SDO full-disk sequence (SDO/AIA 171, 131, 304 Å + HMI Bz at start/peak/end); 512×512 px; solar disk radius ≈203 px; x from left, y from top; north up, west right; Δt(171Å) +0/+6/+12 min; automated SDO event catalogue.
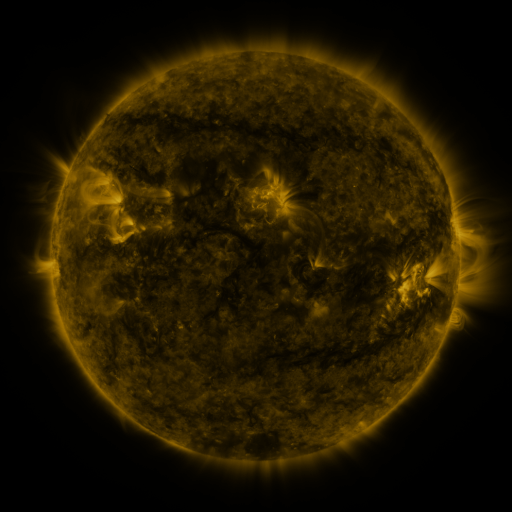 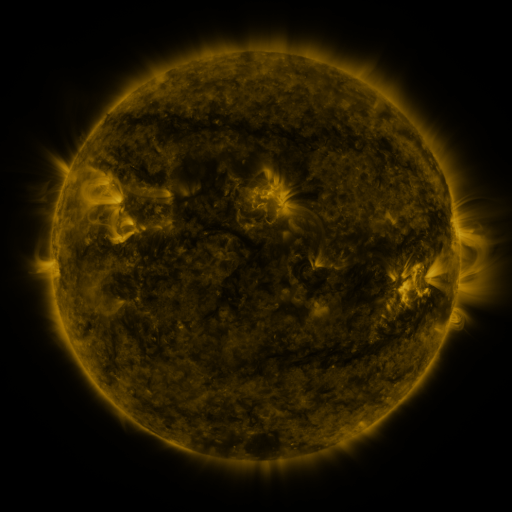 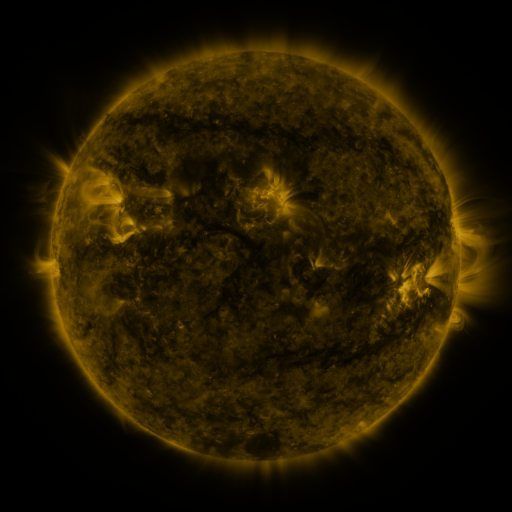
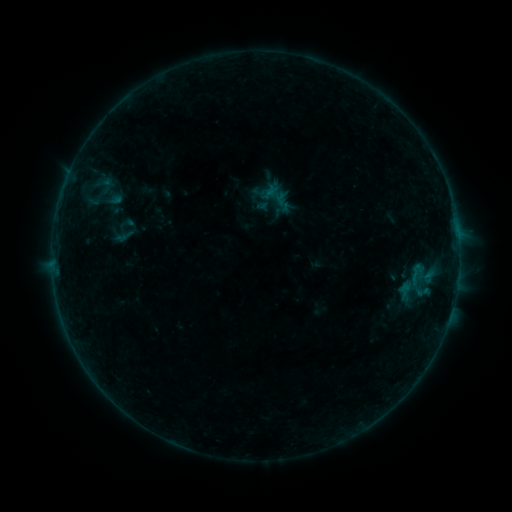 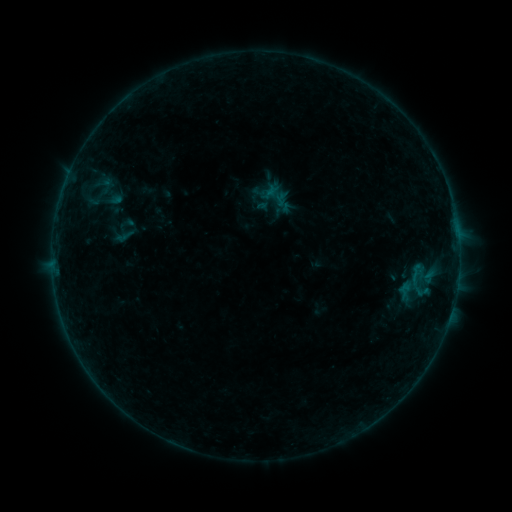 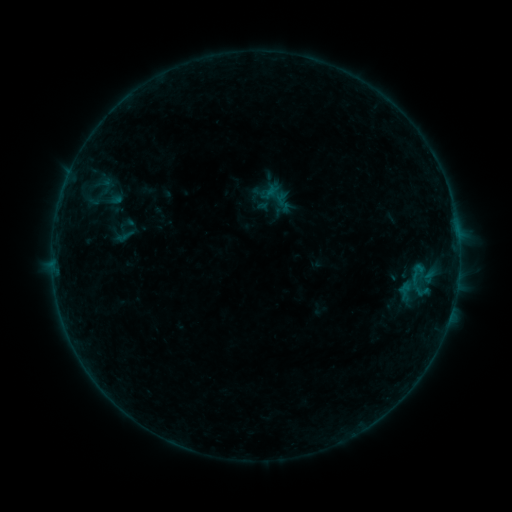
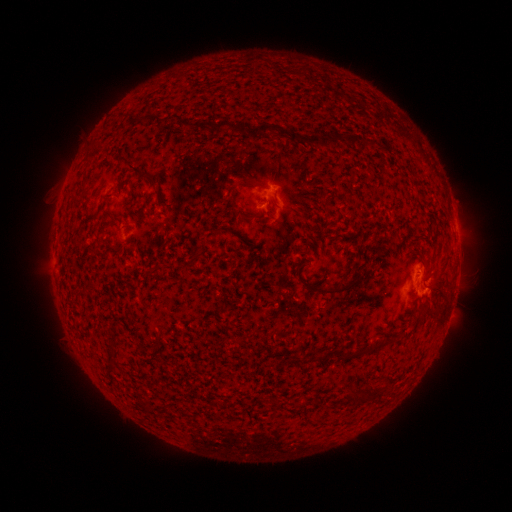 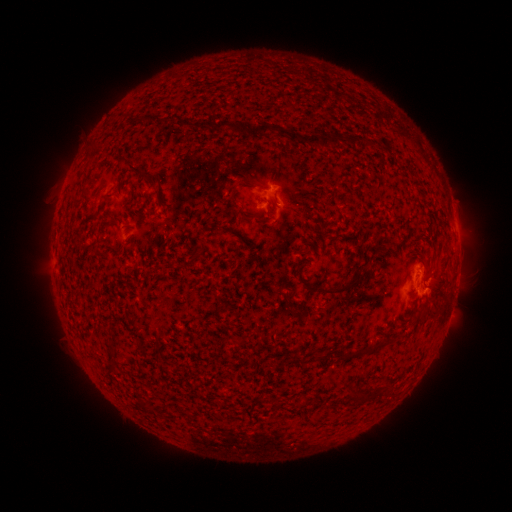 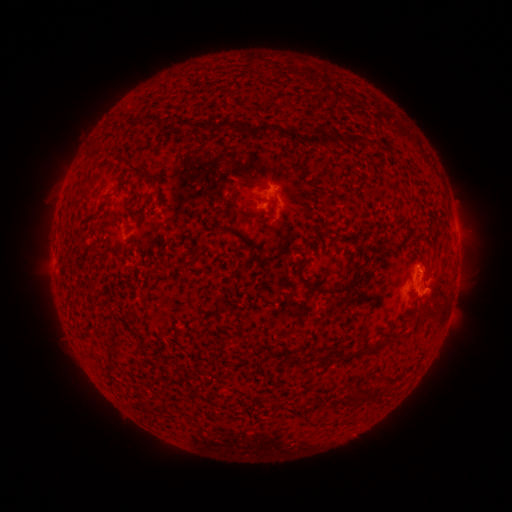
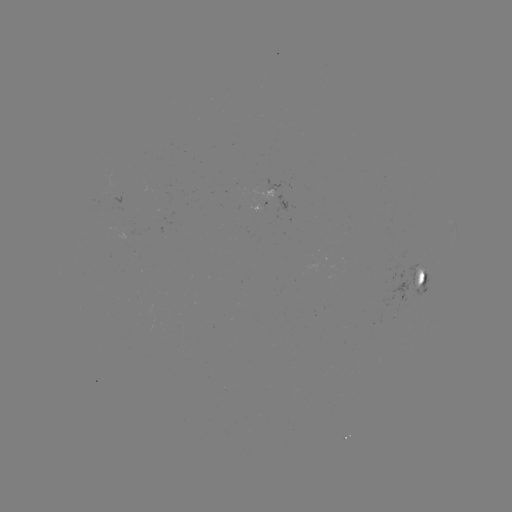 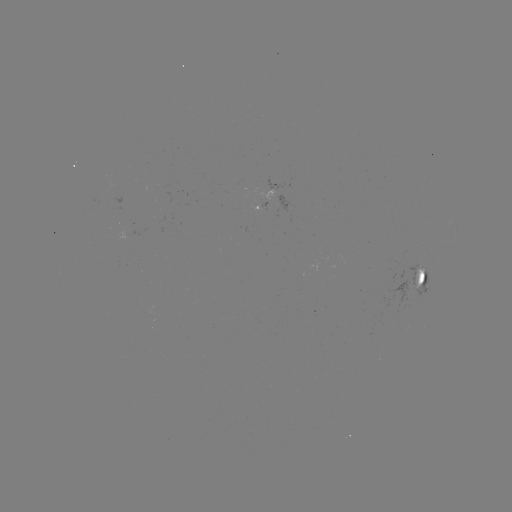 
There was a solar flare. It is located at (420, 267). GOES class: B2.0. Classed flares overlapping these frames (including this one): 1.